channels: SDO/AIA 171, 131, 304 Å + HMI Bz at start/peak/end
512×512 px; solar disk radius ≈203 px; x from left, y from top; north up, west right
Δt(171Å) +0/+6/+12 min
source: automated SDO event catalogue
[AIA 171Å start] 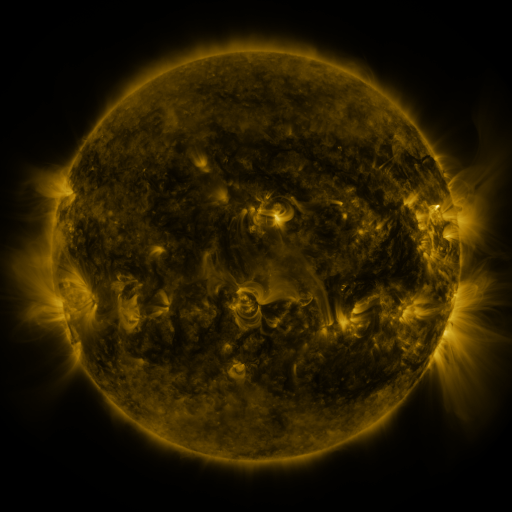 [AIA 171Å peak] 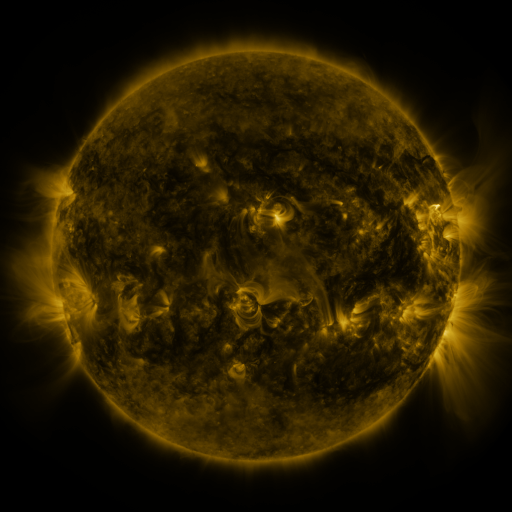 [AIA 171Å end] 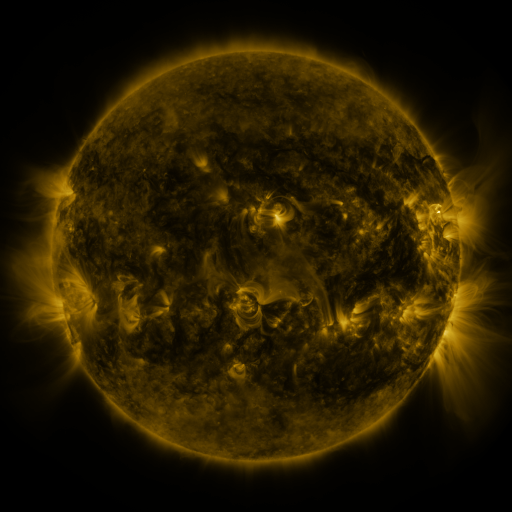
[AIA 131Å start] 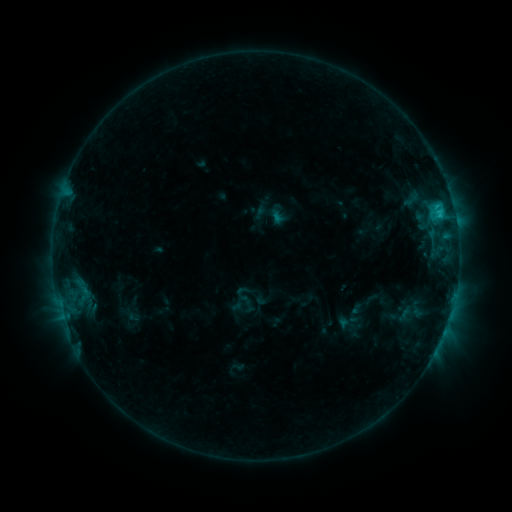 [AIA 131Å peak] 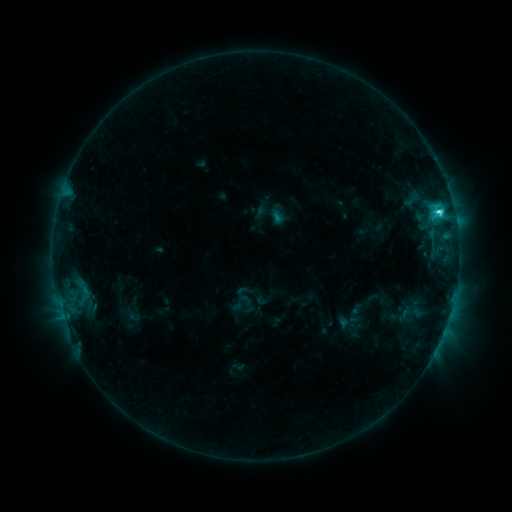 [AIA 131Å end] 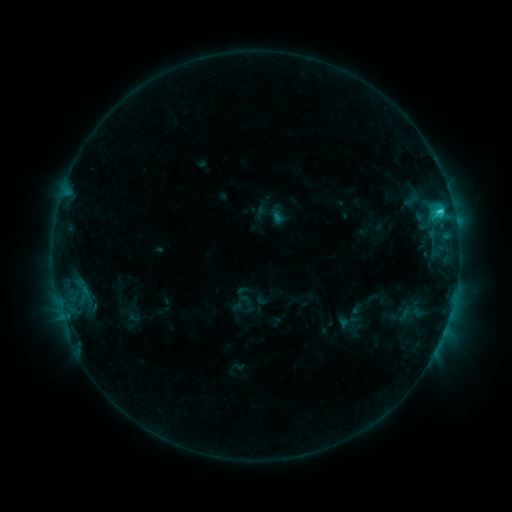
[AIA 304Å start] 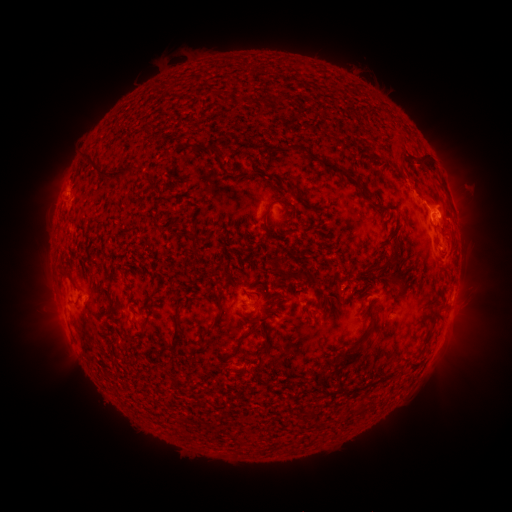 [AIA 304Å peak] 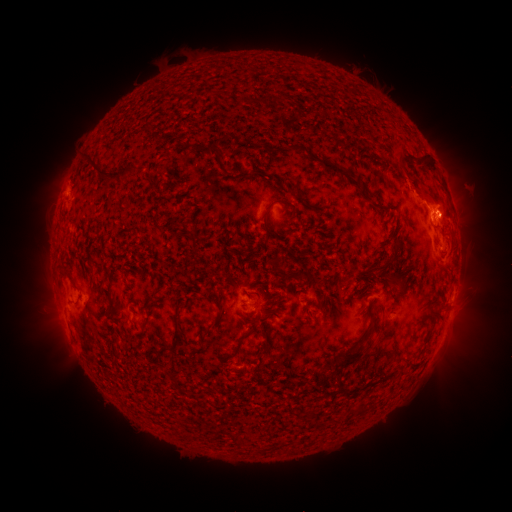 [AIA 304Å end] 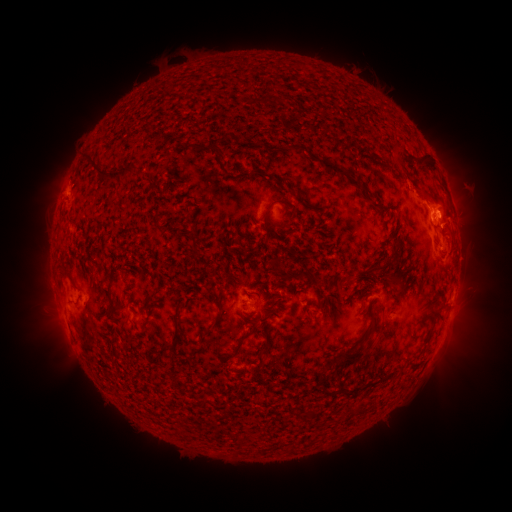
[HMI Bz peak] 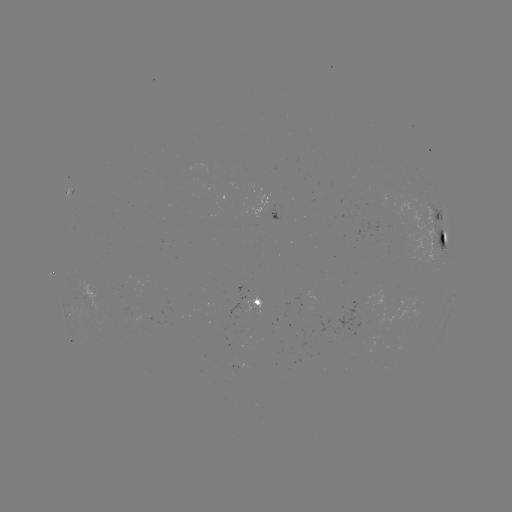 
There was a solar flare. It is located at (438, 212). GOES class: C3.3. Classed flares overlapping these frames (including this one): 1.